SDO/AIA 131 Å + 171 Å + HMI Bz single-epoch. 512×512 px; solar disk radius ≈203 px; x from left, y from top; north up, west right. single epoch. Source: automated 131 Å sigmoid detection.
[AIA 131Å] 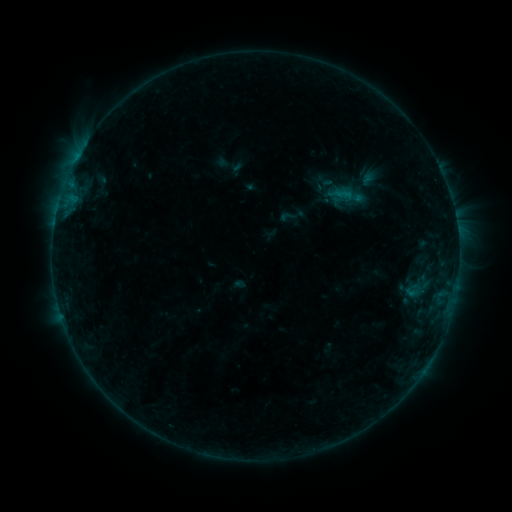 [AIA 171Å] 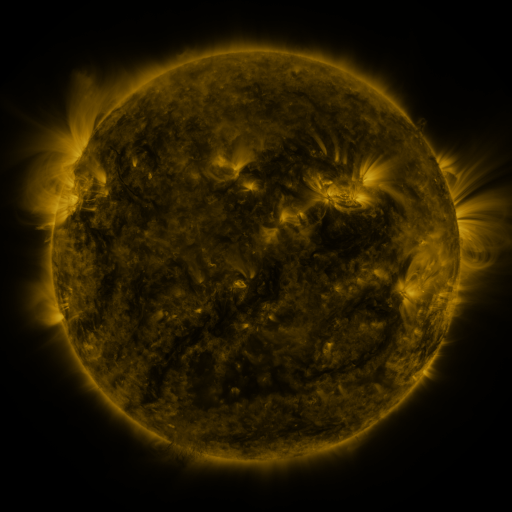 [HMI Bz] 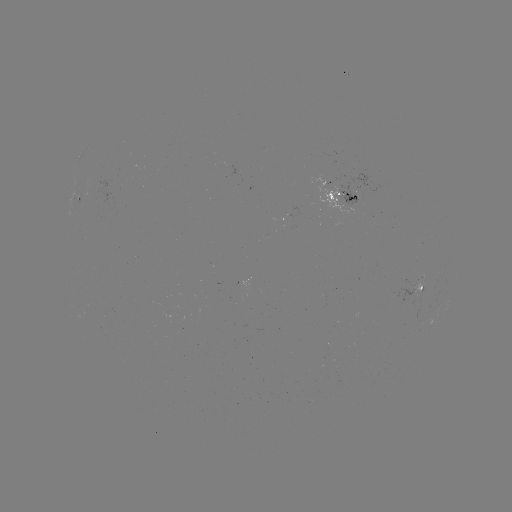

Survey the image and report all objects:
sigmoid: [278, 207, 296, 226]
